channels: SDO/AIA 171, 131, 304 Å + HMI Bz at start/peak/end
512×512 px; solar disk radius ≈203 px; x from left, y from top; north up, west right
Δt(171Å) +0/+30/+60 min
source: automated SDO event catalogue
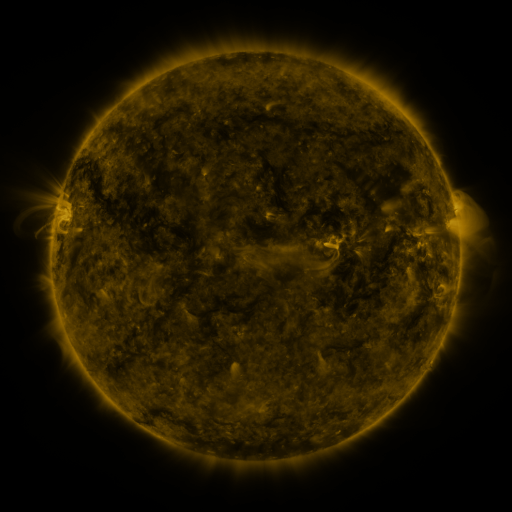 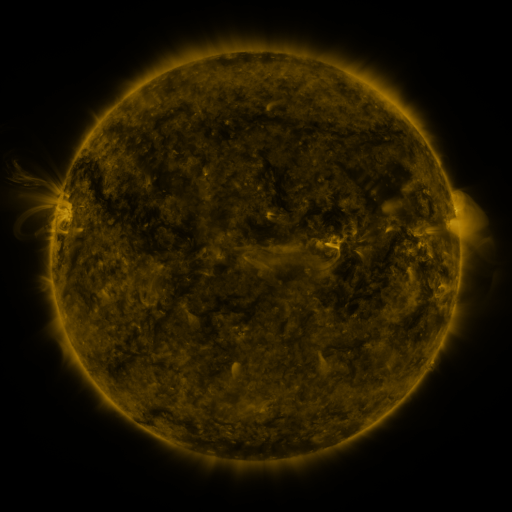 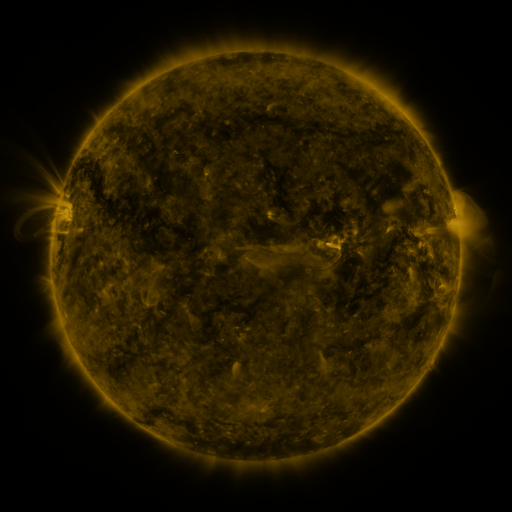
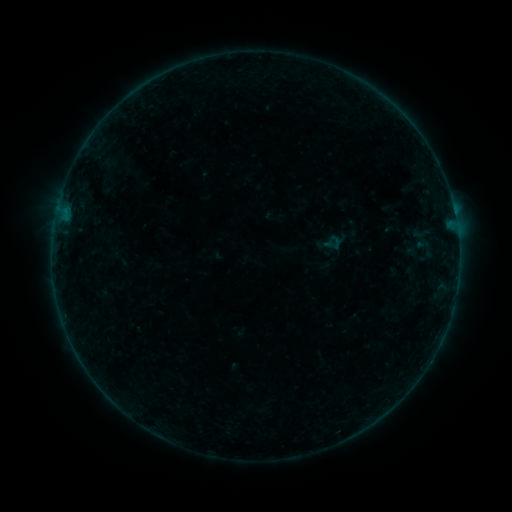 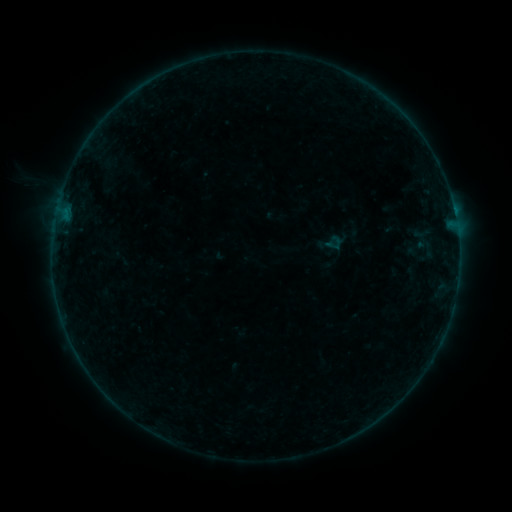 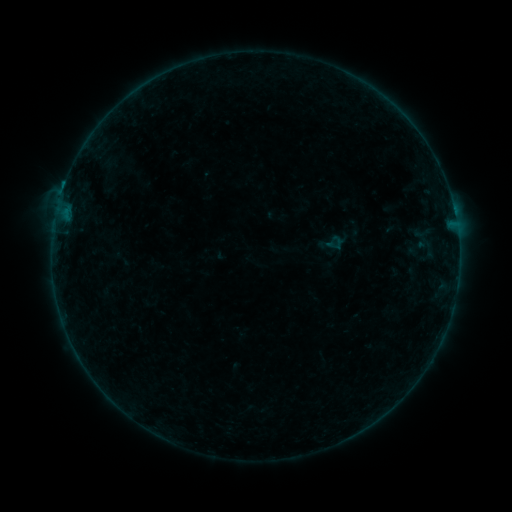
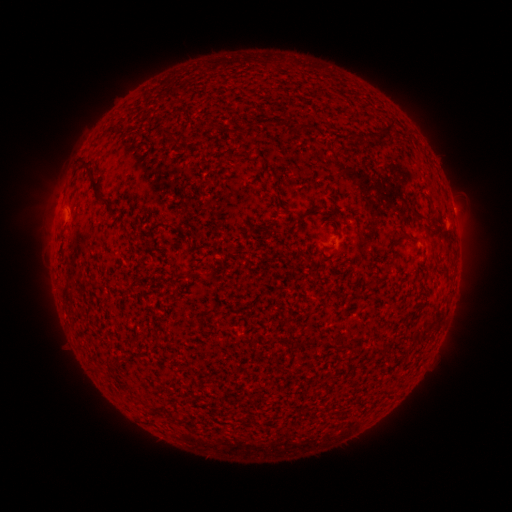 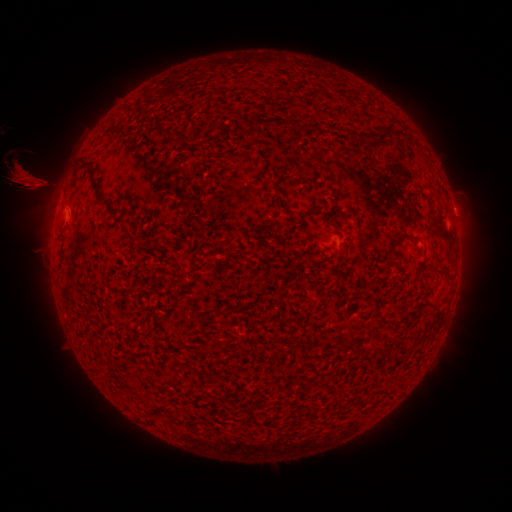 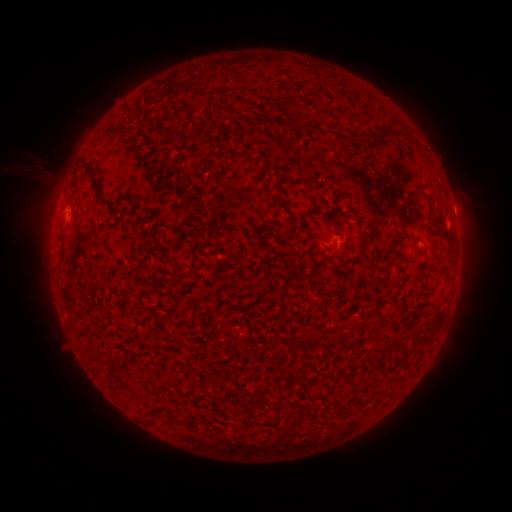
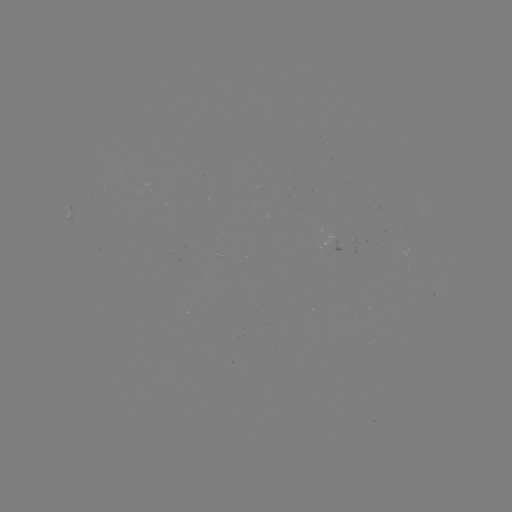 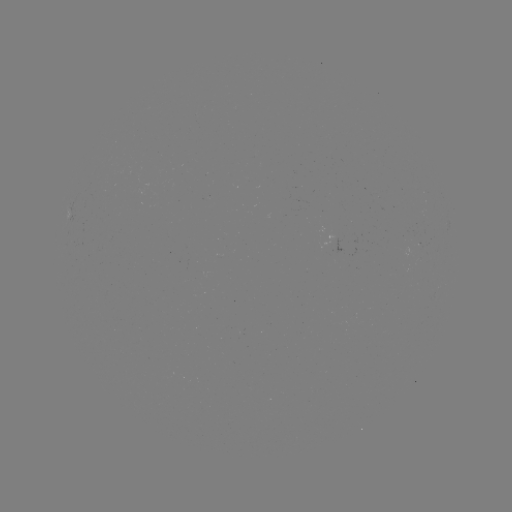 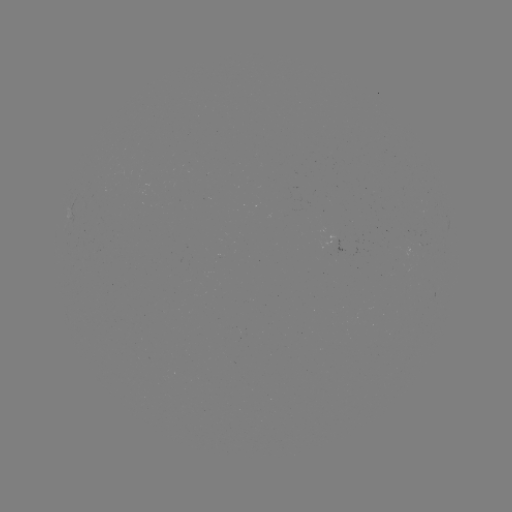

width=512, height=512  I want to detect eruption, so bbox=[0, 56, 147, 279].